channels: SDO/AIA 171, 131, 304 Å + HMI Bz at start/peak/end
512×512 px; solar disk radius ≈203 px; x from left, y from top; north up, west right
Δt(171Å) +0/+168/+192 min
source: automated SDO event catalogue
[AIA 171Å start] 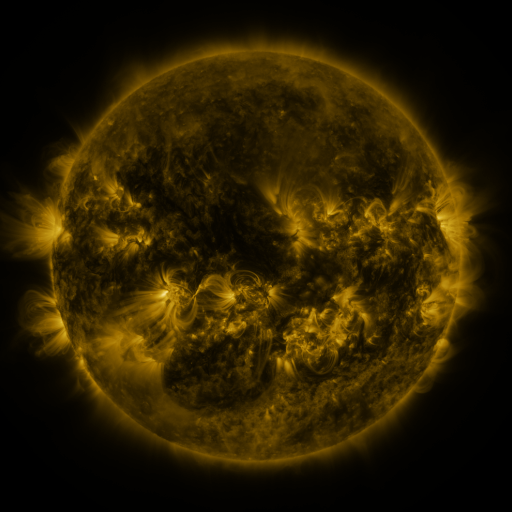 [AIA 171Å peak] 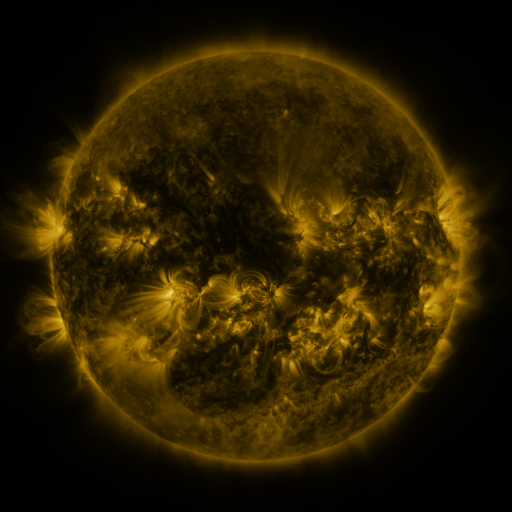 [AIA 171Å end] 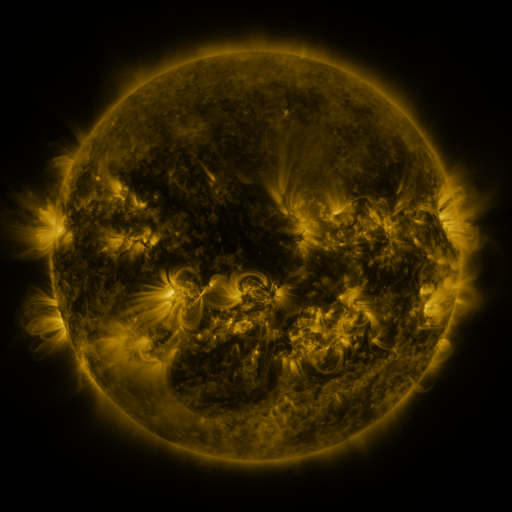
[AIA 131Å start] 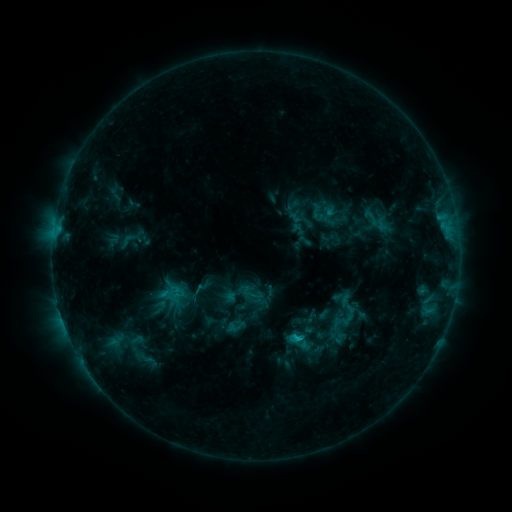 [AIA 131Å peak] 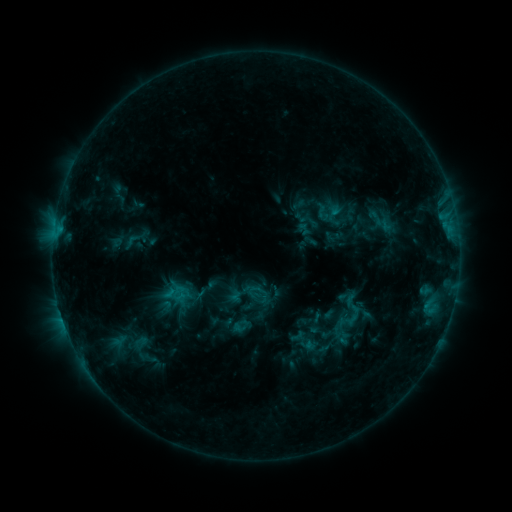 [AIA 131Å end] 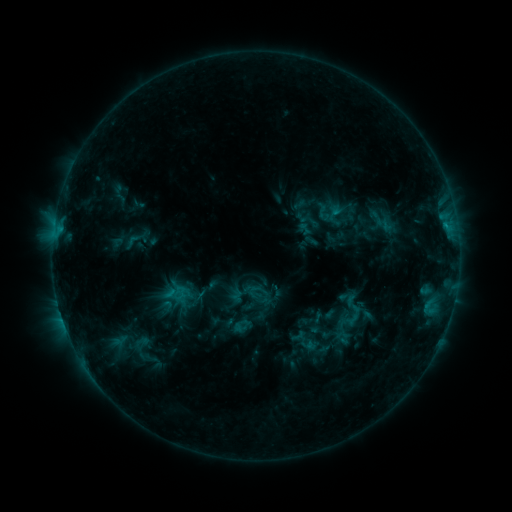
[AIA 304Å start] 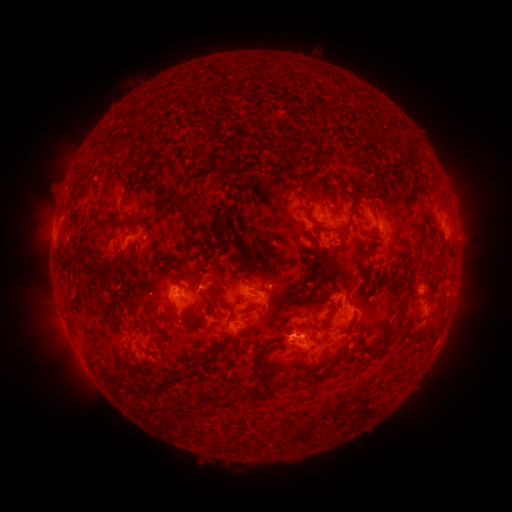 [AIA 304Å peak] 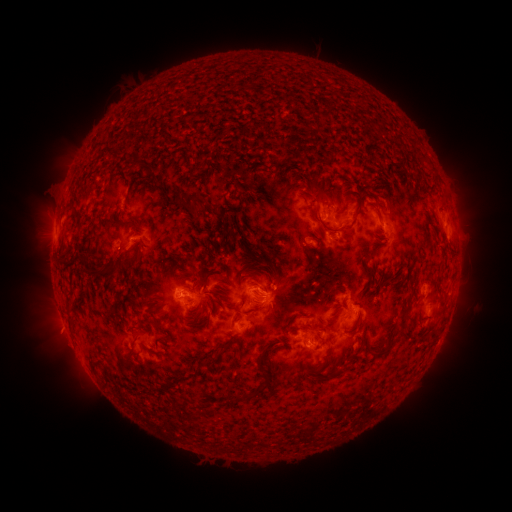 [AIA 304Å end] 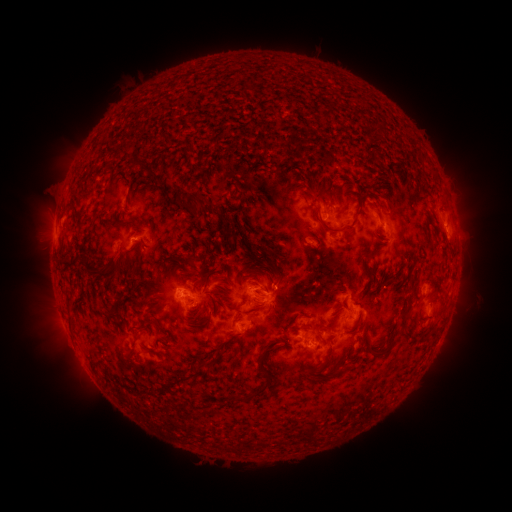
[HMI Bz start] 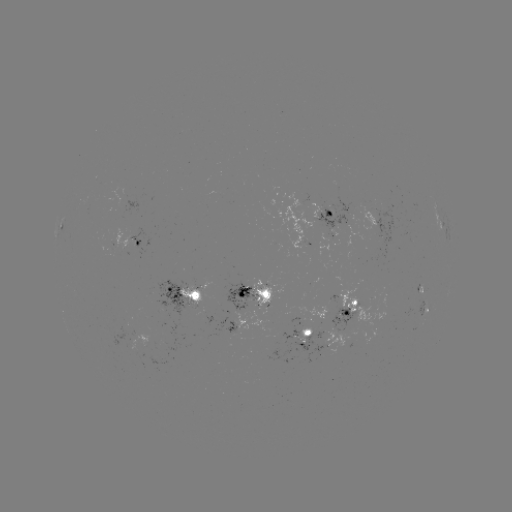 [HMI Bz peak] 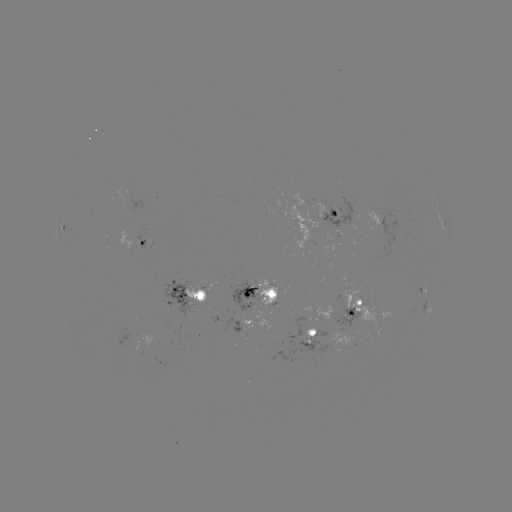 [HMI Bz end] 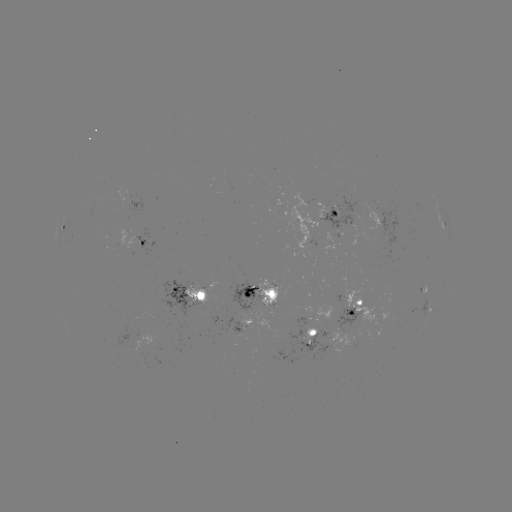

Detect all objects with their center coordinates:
emerging-flux region: (371, 209)
